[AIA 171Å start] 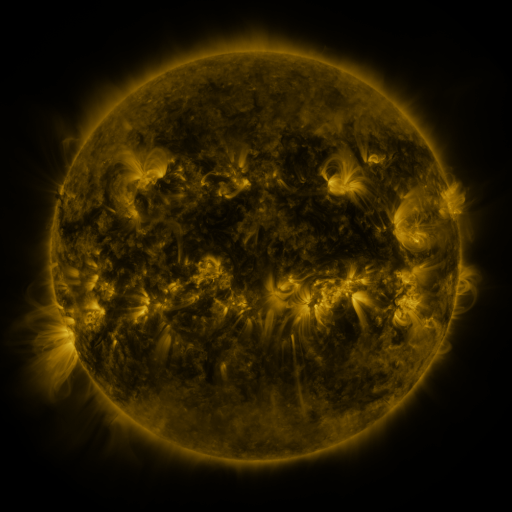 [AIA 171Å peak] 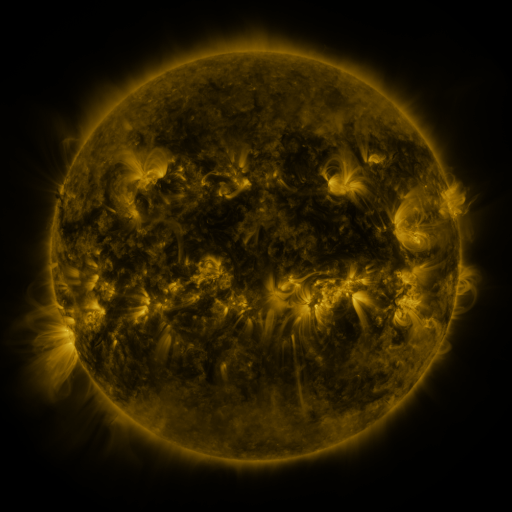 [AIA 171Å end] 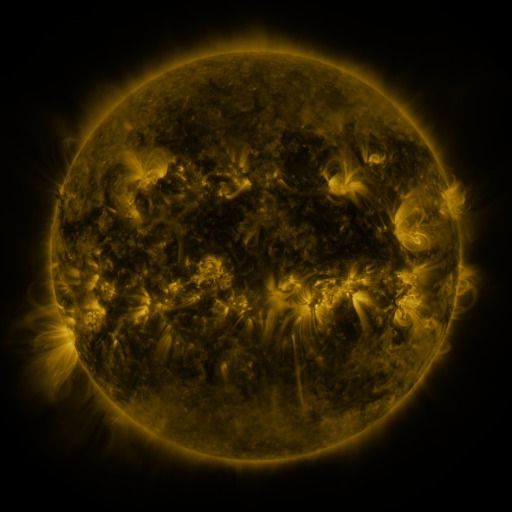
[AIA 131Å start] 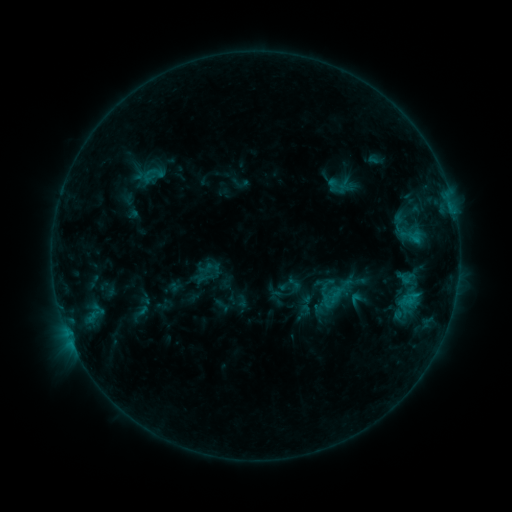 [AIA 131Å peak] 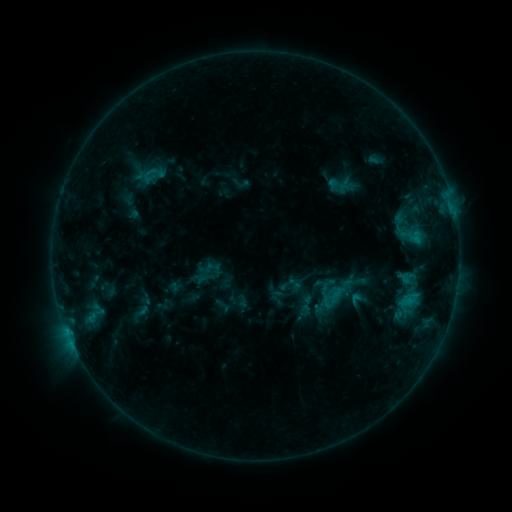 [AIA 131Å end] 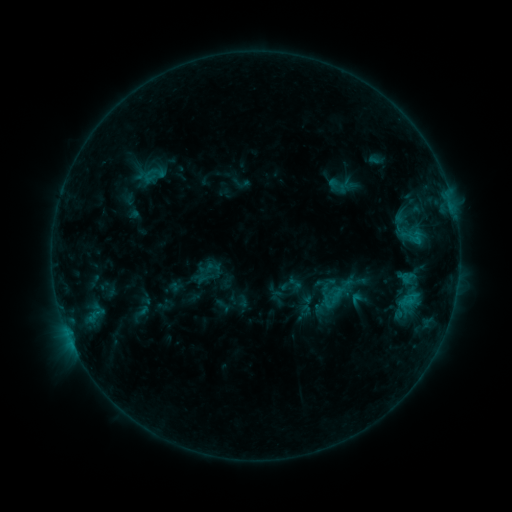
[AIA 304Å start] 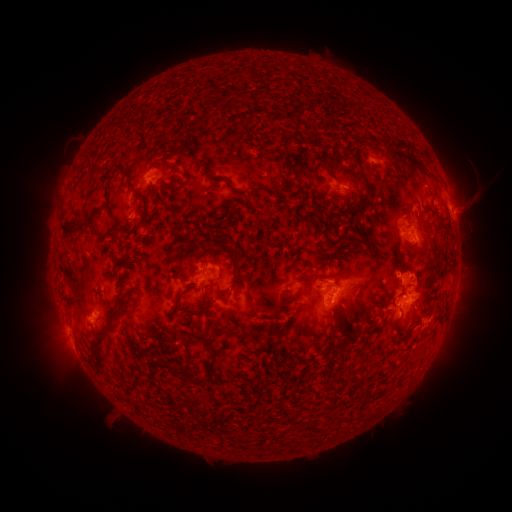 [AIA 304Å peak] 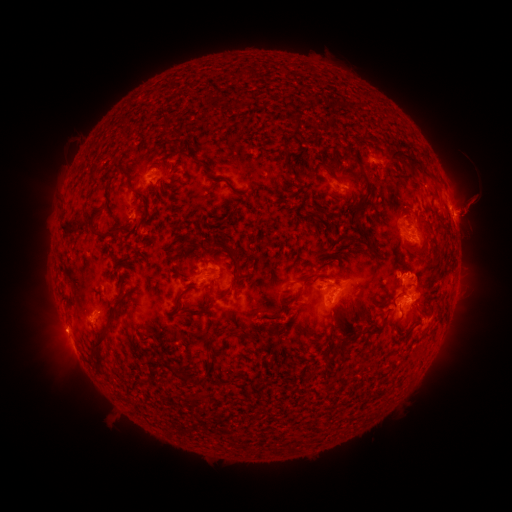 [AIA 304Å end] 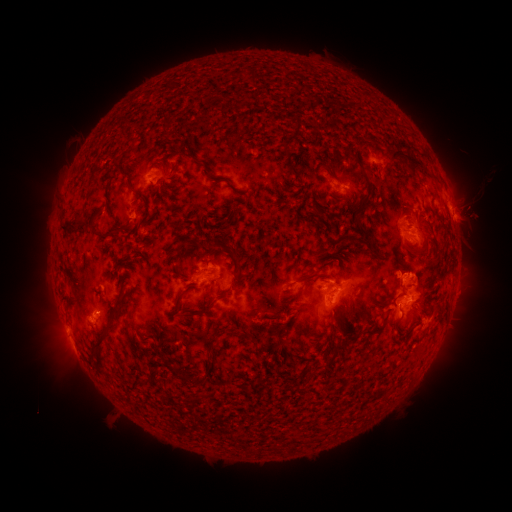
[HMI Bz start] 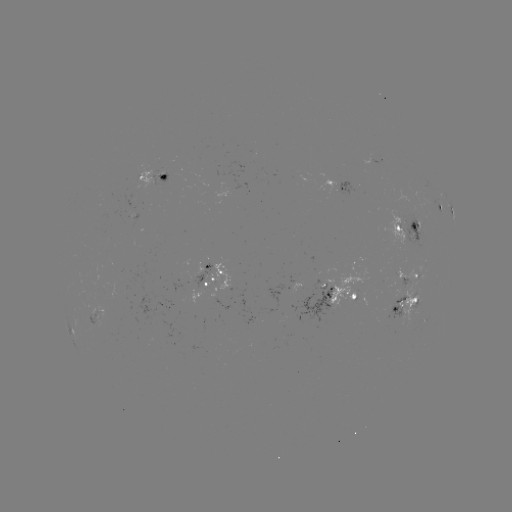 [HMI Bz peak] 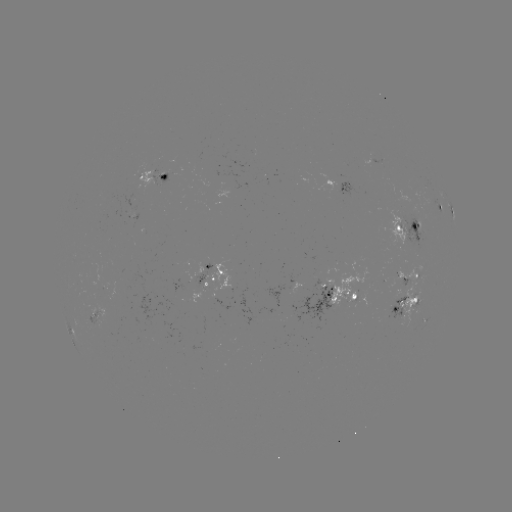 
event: eruption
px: (471, 210)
